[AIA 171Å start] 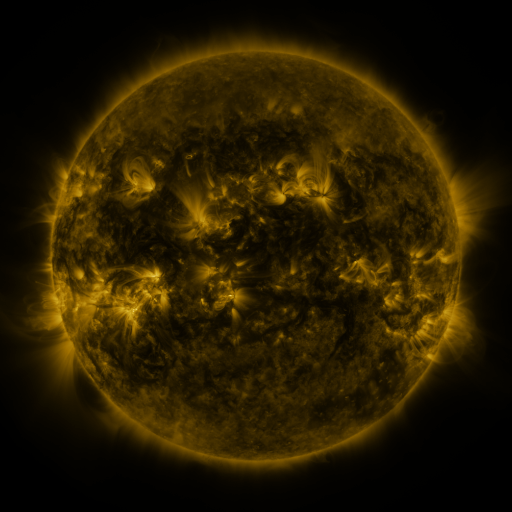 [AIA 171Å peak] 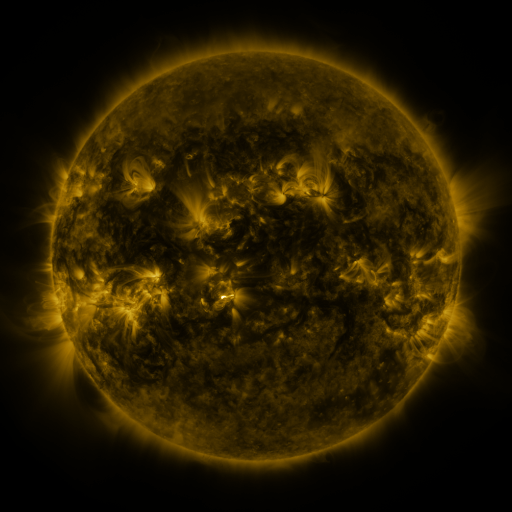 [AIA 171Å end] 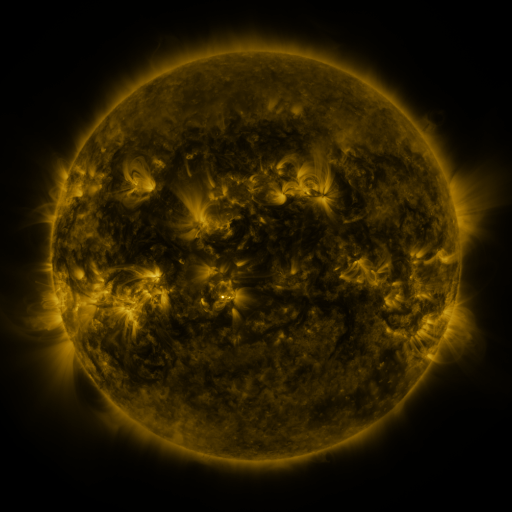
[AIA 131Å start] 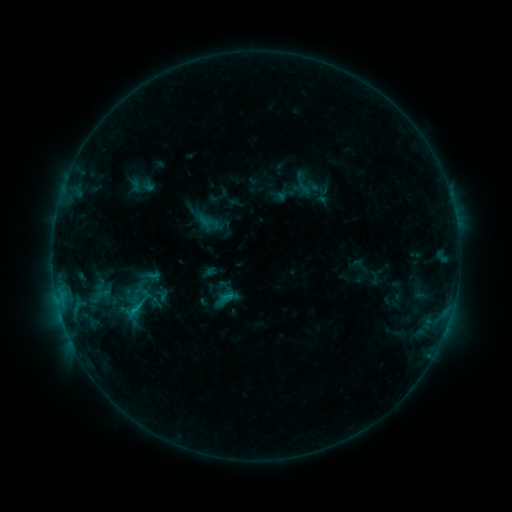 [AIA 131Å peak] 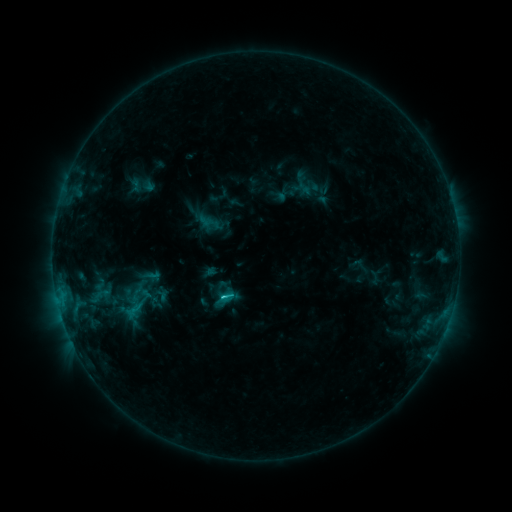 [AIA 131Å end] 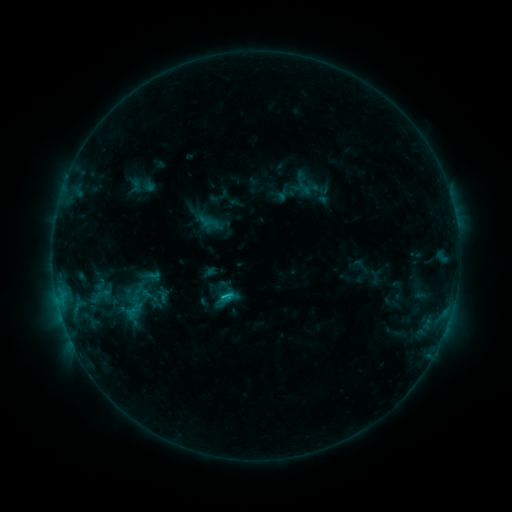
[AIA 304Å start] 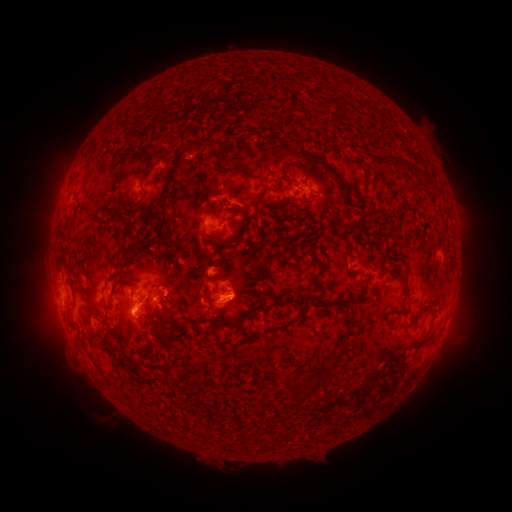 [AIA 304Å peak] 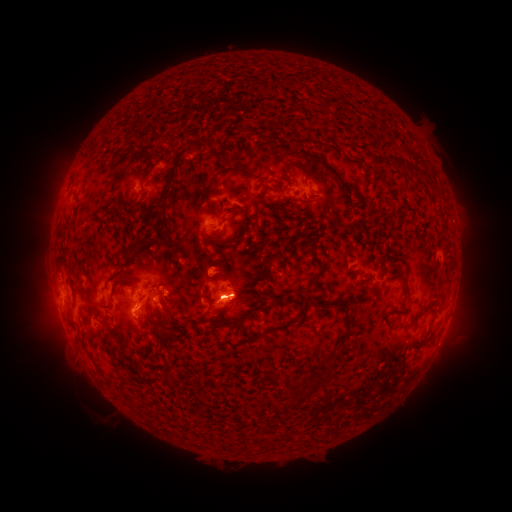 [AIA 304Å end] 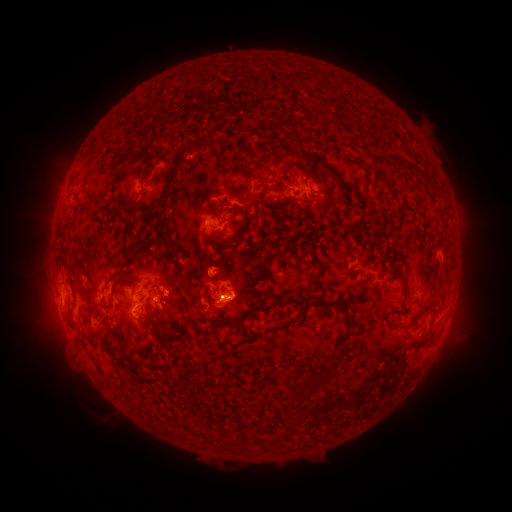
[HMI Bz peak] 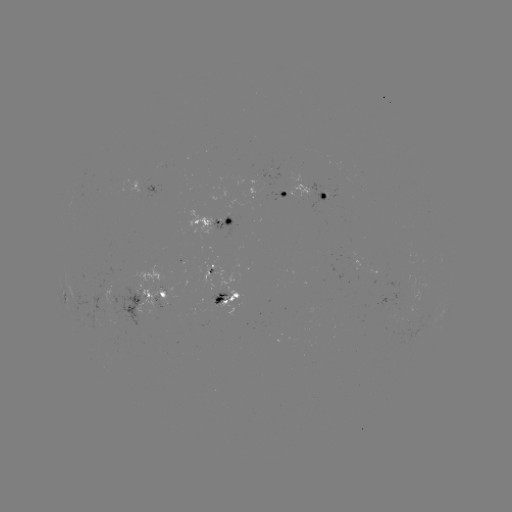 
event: flare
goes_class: C1.0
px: (225, 296)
